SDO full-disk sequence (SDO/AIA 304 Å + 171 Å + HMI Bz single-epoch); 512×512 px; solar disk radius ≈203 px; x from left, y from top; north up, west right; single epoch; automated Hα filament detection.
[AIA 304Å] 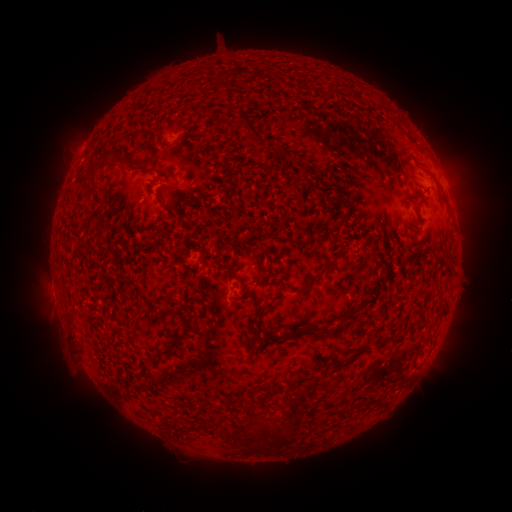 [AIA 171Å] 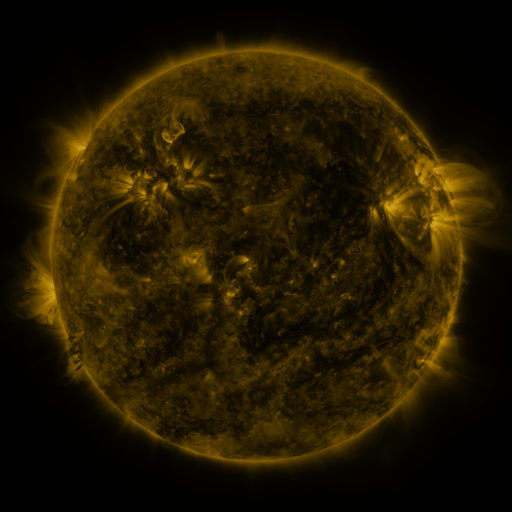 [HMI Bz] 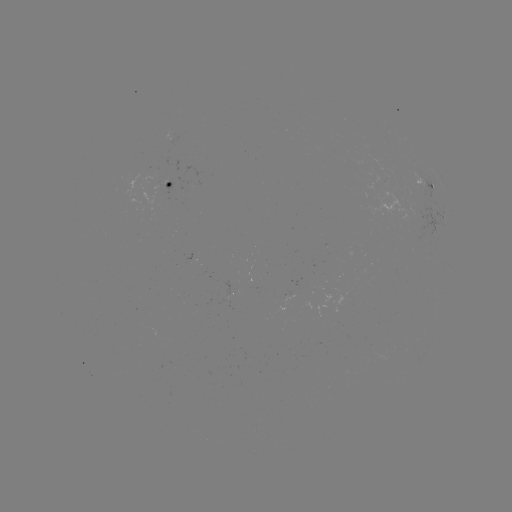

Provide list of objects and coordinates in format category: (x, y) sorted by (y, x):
filament: (251, 127)
filament: (110, 153)
filament: (94, 169)
filament: (323, 271)
filament: (262, 282)
filament: (335, 332)
filament: (294, 335)
filament: (170, 346)
filament: (277, 433)
filament: (226, 436)
